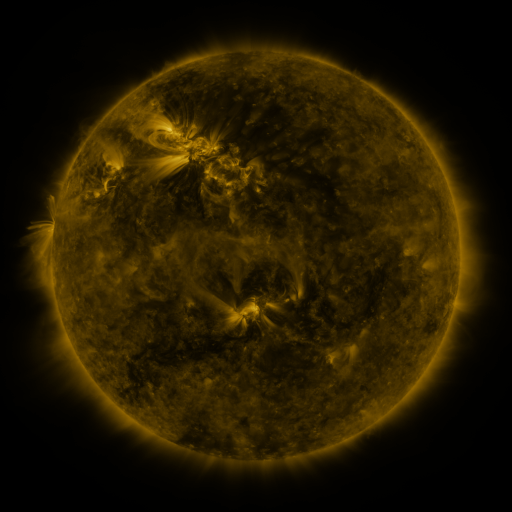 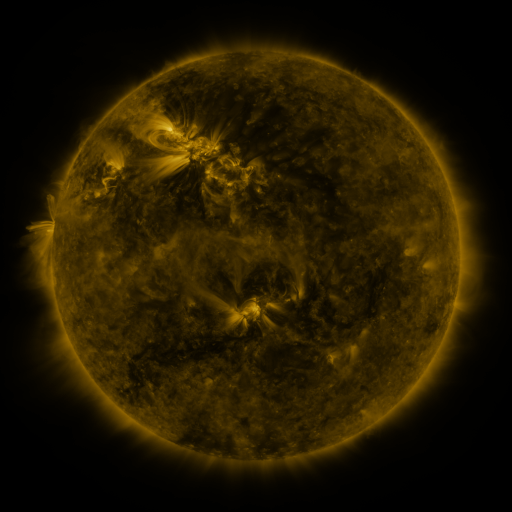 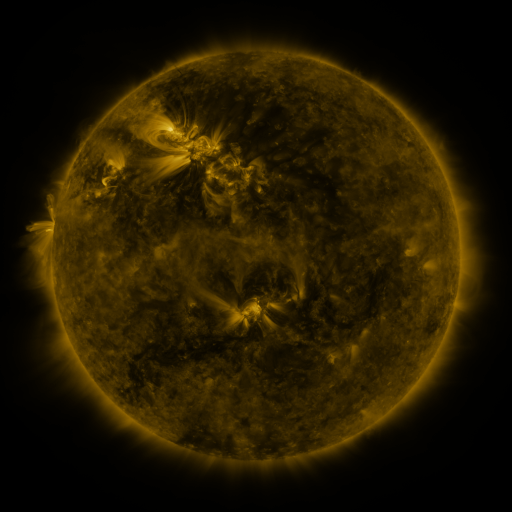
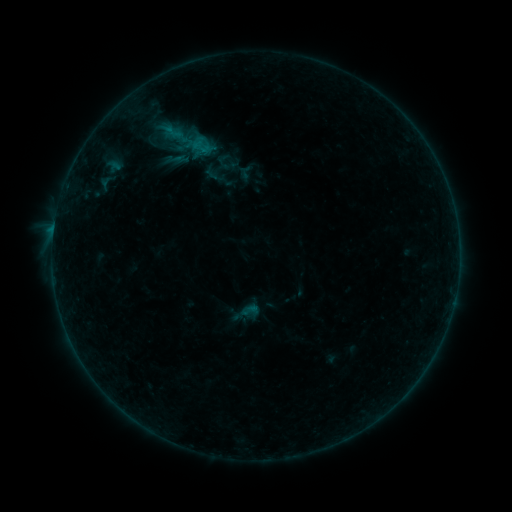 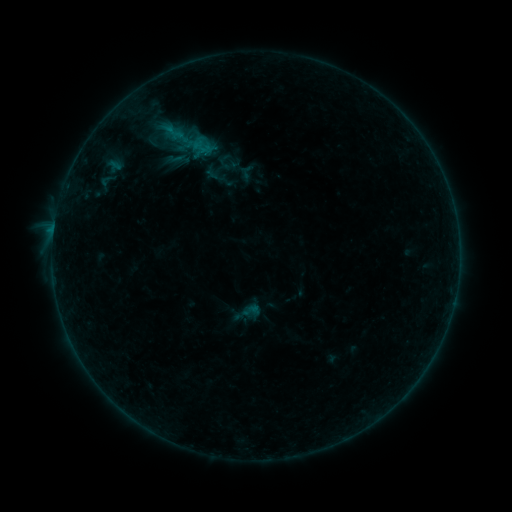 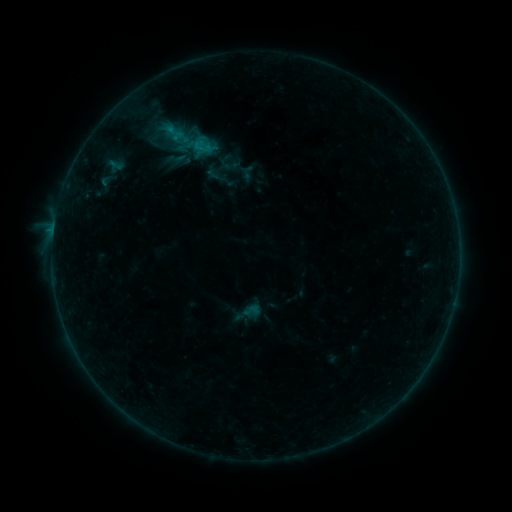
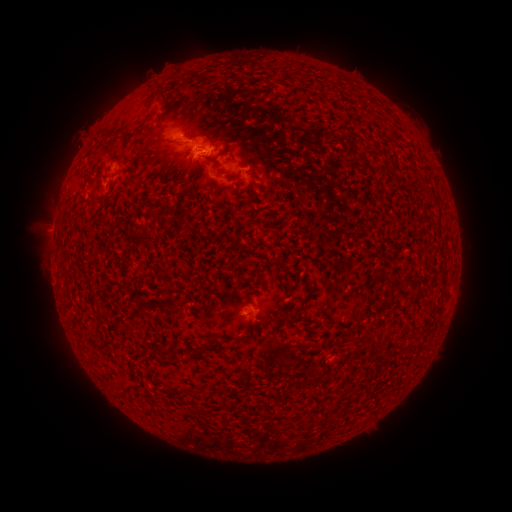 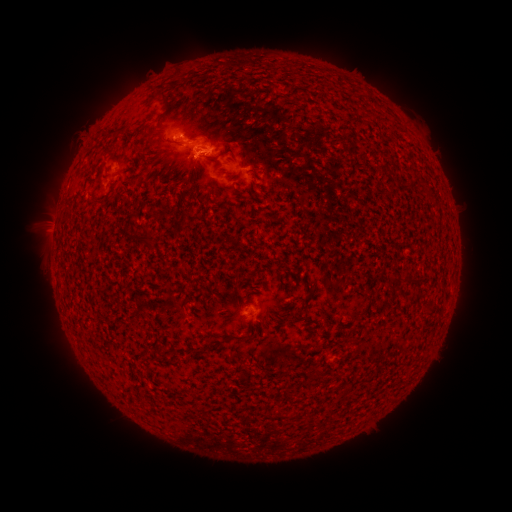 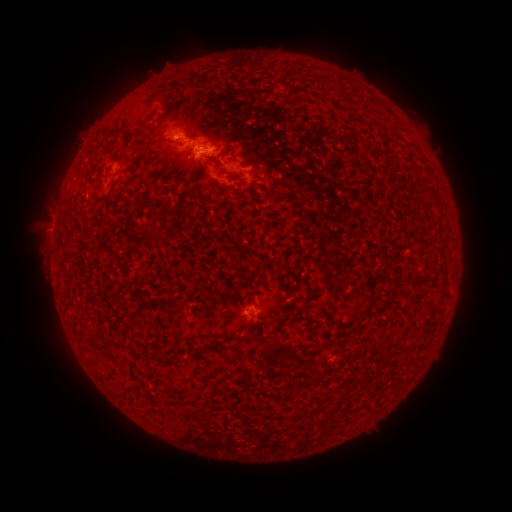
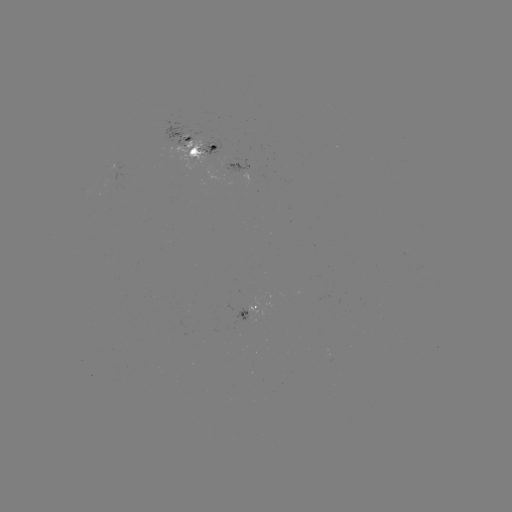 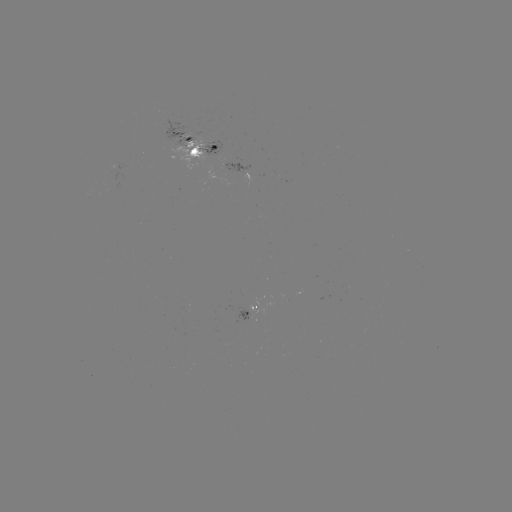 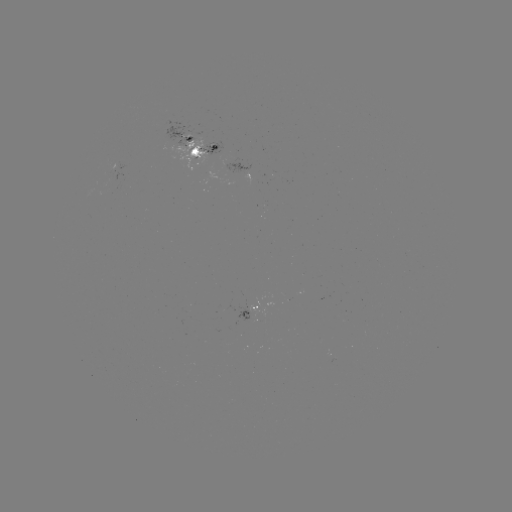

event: emerging-flux region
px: (173, 140)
